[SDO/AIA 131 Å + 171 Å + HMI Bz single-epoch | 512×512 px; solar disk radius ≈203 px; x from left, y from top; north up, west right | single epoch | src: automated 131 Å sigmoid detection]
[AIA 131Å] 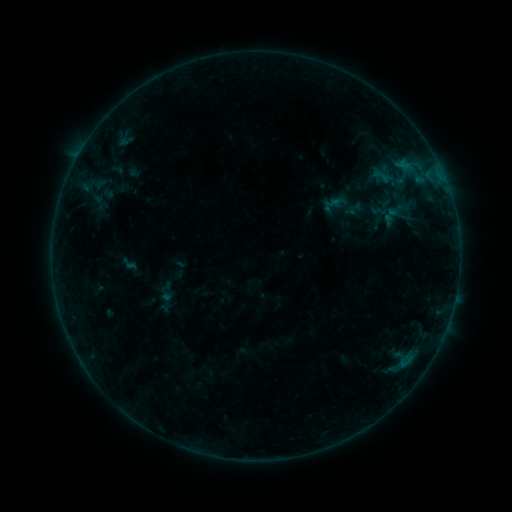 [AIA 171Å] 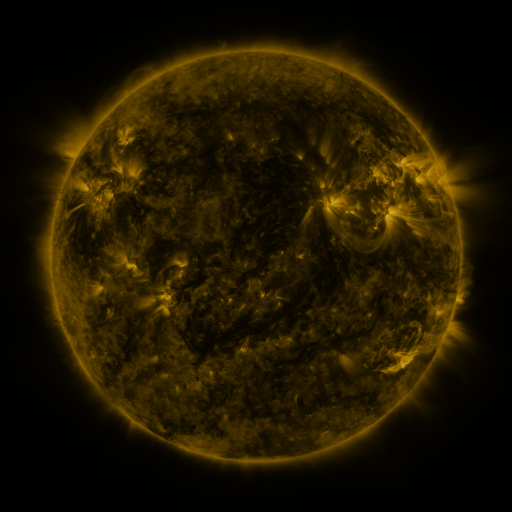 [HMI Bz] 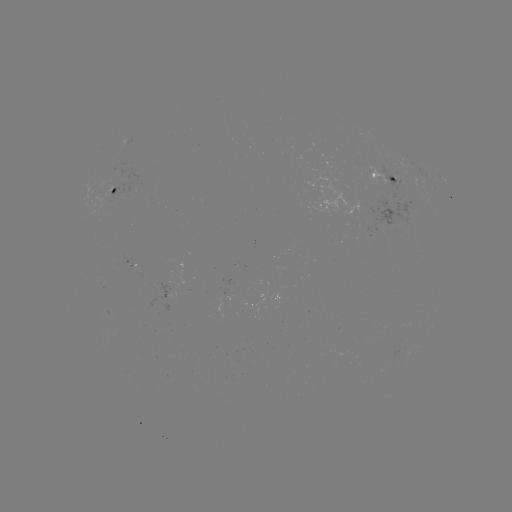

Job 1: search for sigmoid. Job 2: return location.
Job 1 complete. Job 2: (382, 176).